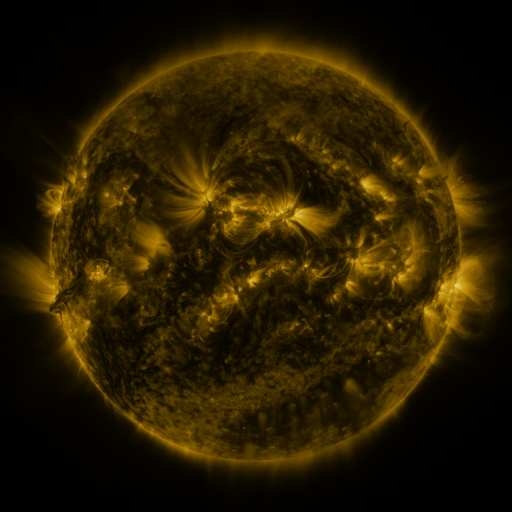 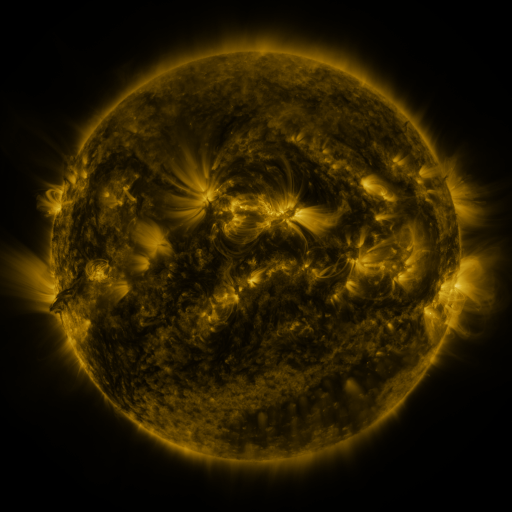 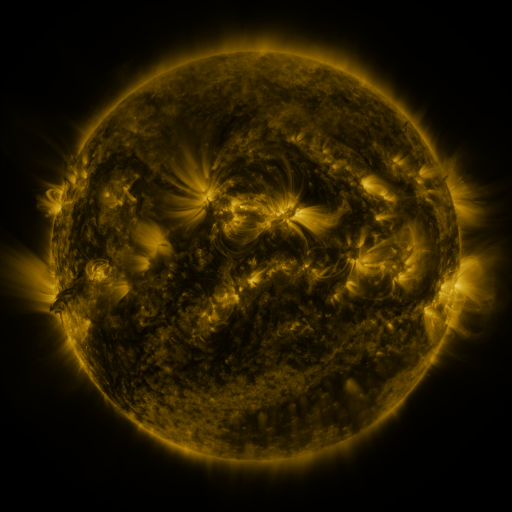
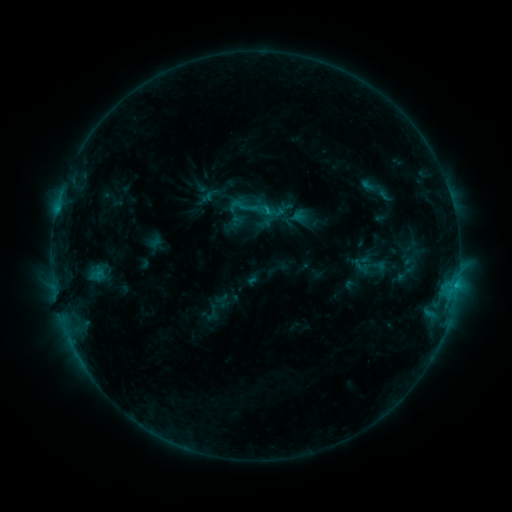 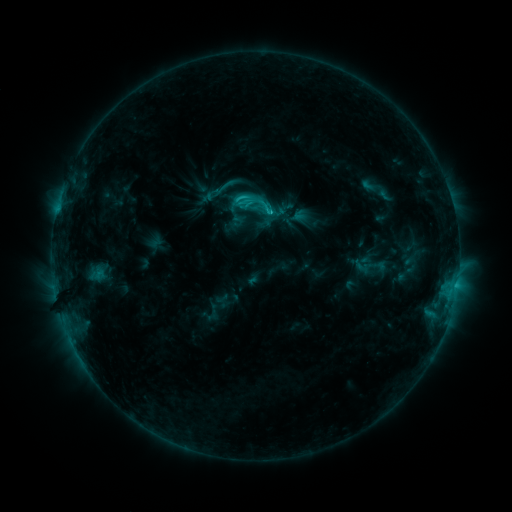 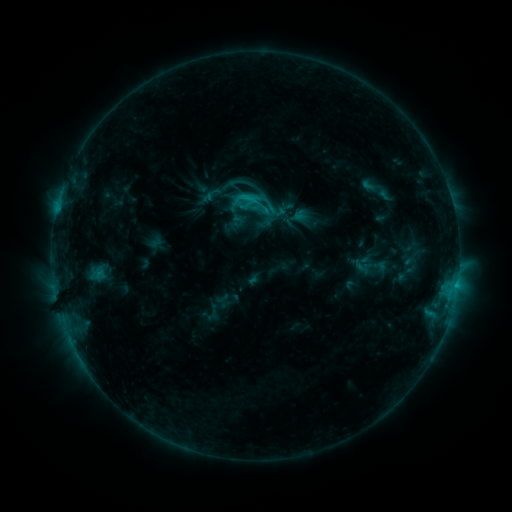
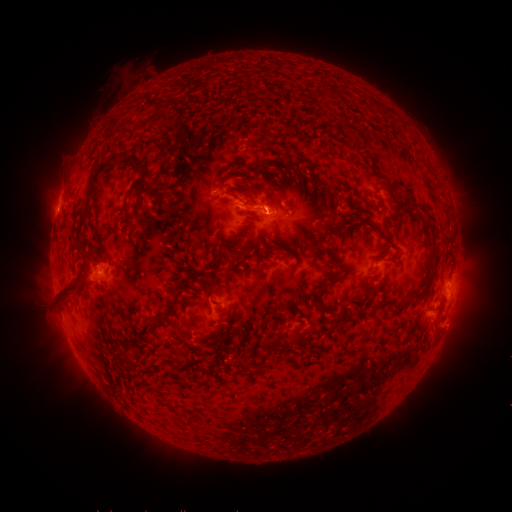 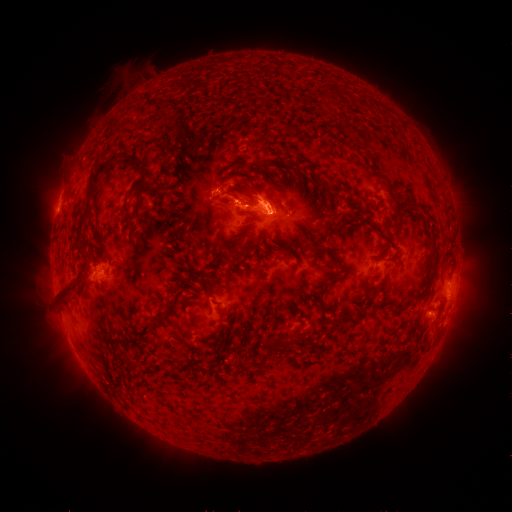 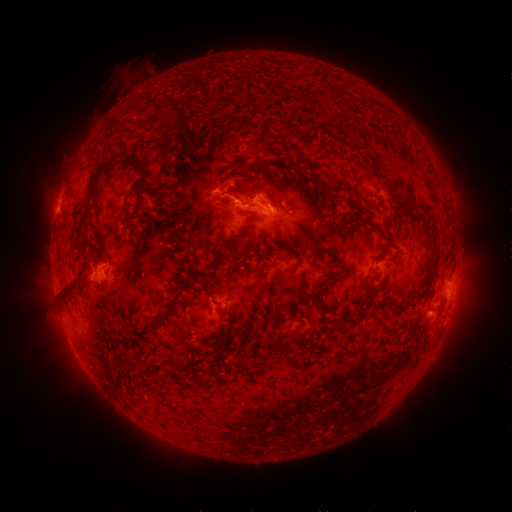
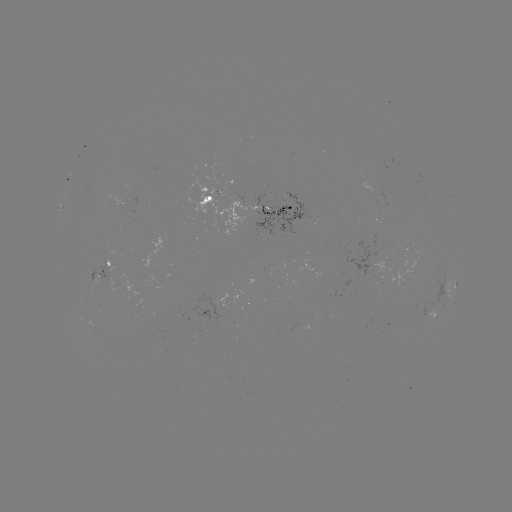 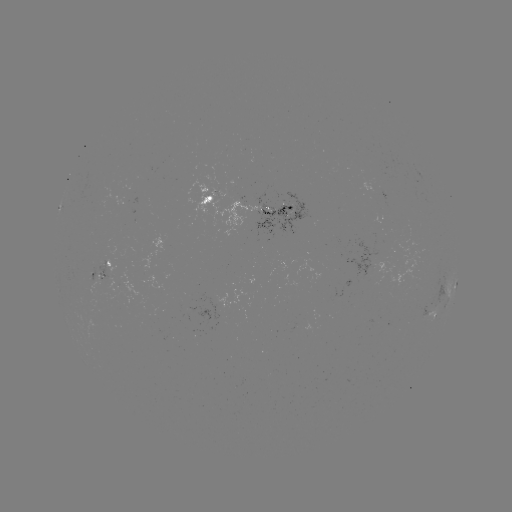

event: flare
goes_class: C3.9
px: (266, 213)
